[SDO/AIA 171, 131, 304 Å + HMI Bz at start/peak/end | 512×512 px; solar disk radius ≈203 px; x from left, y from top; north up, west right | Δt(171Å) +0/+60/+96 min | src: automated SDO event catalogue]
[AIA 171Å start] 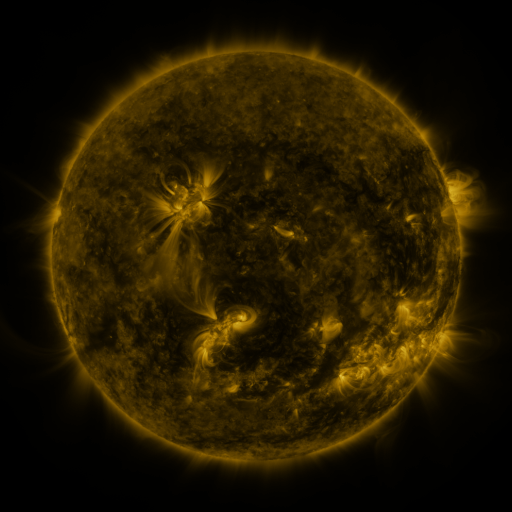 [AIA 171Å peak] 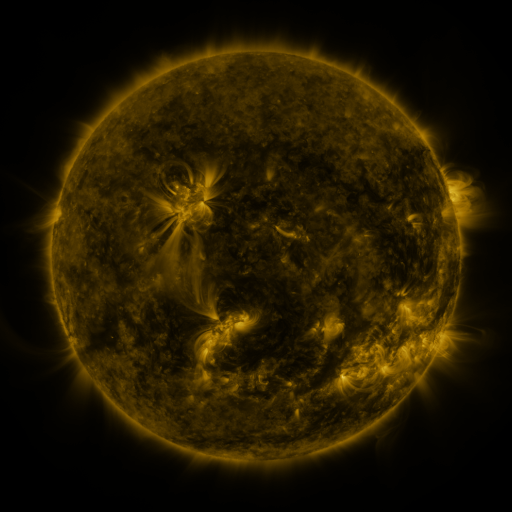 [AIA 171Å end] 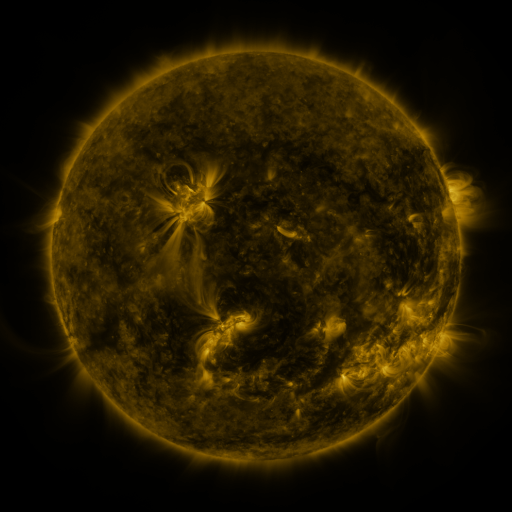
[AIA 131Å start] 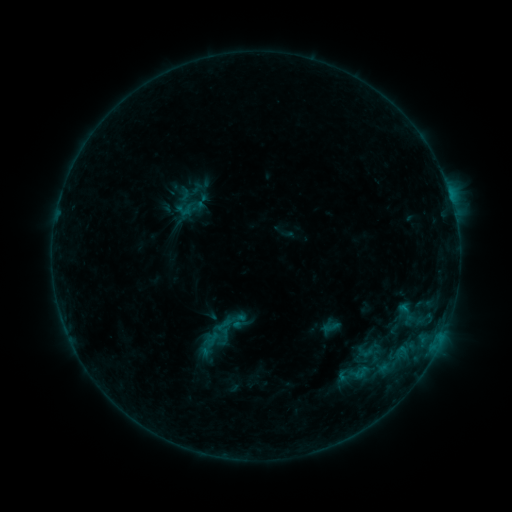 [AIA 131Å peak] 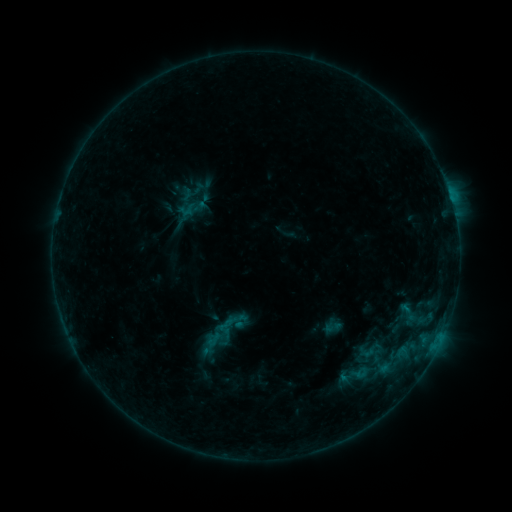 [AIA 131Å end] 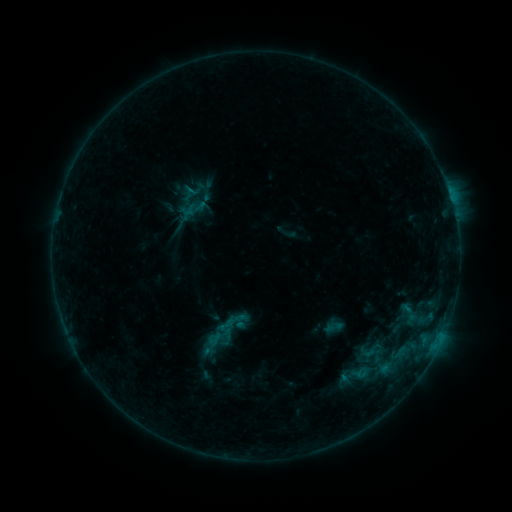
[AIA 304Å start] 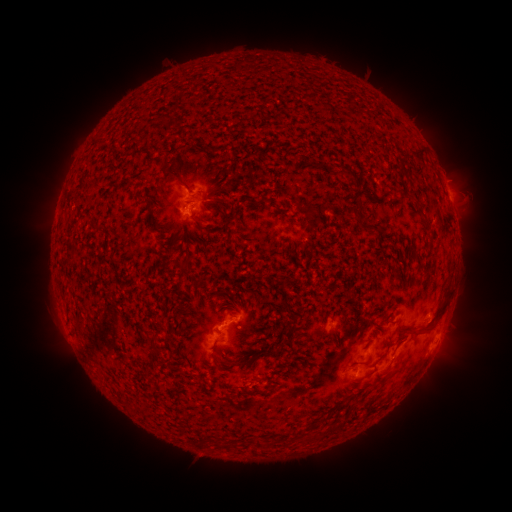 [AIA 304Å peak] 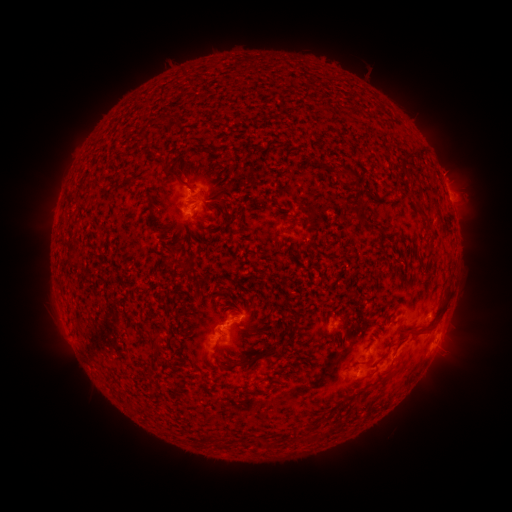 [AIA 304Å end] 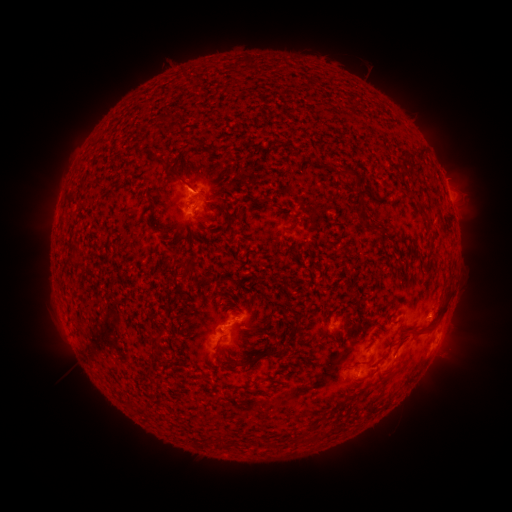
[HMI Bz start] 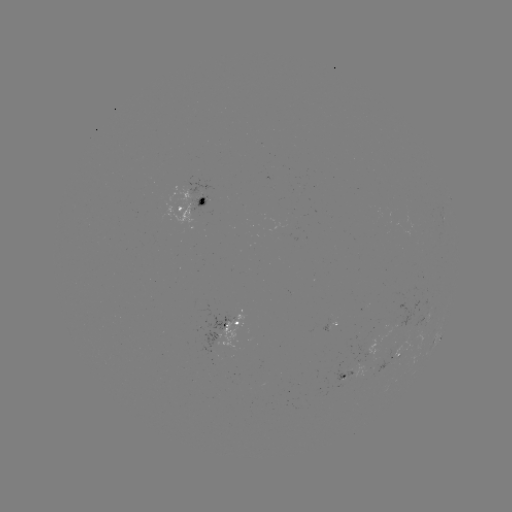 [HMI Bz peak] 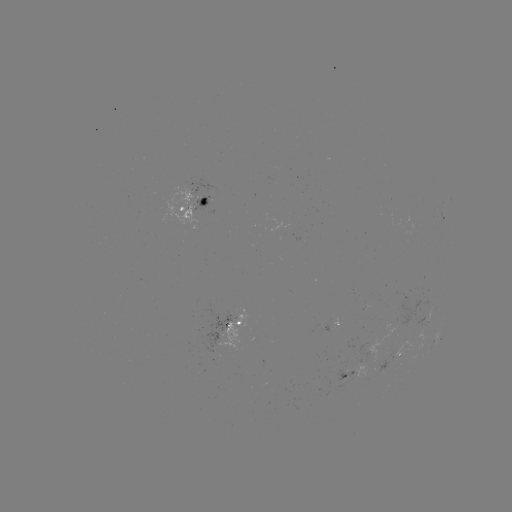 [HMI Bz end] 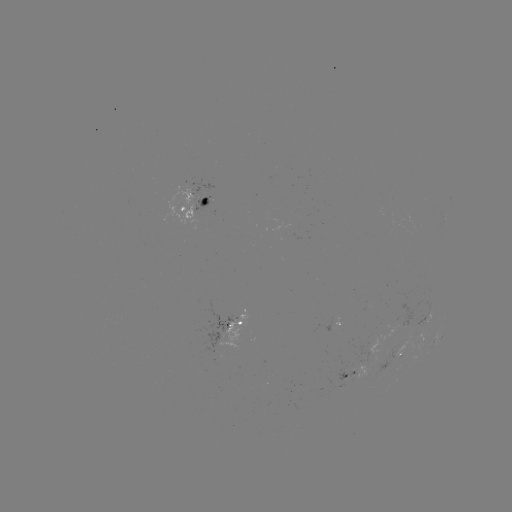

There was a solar emerging-flux region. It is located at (199, 199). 